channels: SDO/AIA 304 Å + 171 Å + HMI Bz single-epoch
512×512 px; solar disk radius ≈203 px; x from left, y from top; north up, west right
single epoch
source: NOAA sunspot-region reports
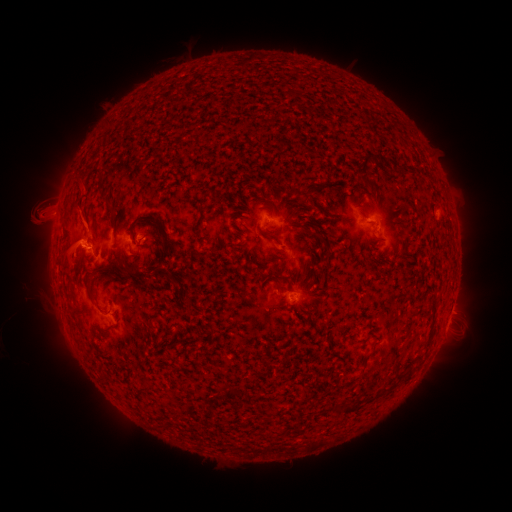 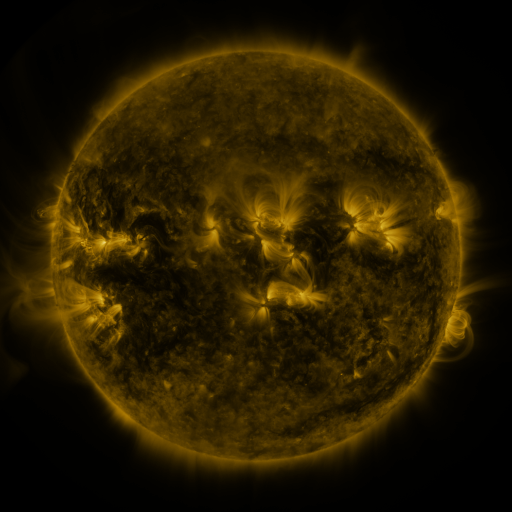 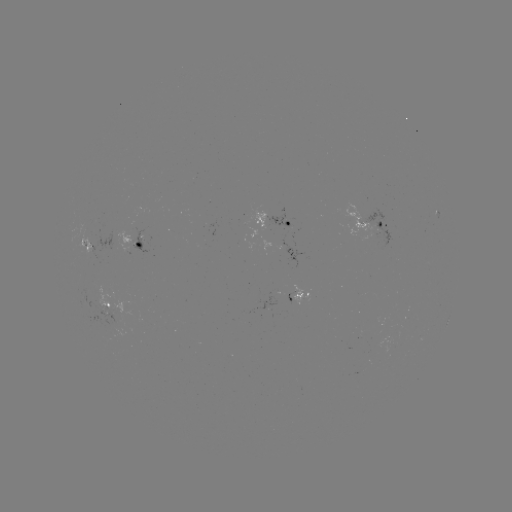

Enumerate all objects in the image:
spotted active region: (273, 223)
spotted active region: (380, 225)
spotted active region: (140, 247)
spotted active region: (298, 293)
spotted active region: (111, 307)
spotted active region: (450, 316)
